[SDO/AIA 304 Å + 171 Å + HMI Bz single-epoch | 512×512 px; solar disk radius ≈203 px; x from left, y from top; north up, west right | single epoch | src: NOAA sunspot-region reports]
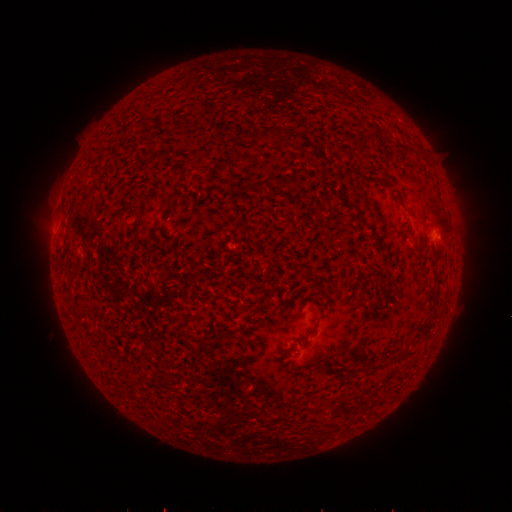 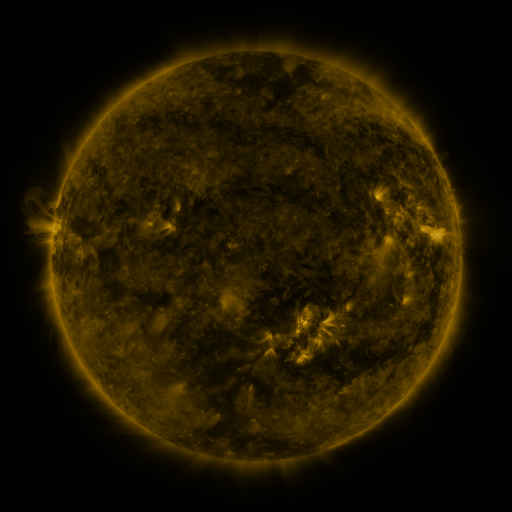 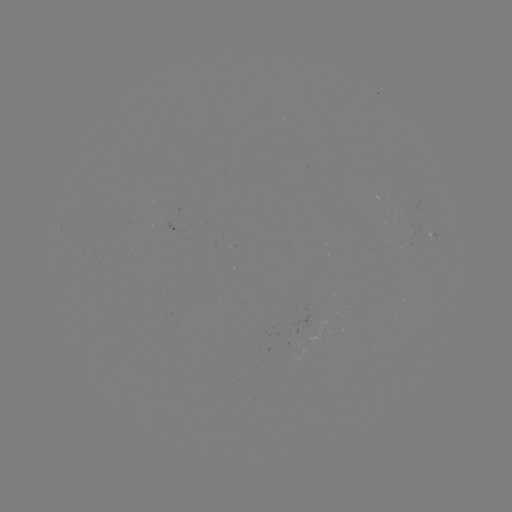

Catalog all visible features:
spotted active region: (174, 232)
spotted active region: (435, 233)
